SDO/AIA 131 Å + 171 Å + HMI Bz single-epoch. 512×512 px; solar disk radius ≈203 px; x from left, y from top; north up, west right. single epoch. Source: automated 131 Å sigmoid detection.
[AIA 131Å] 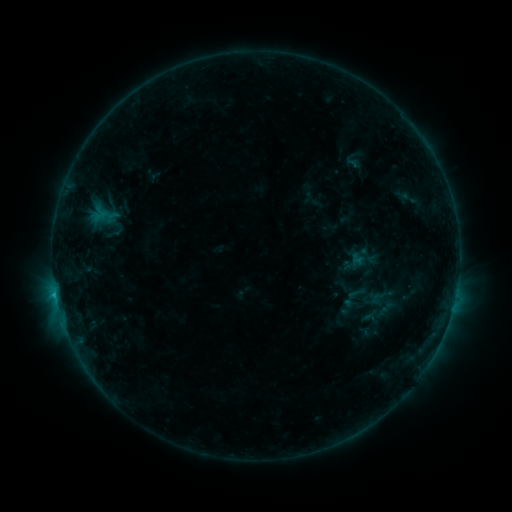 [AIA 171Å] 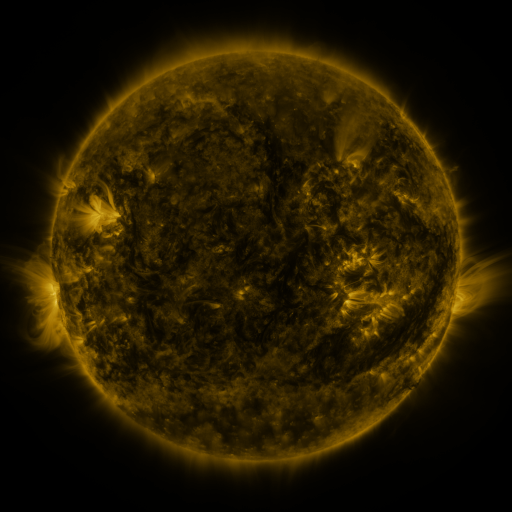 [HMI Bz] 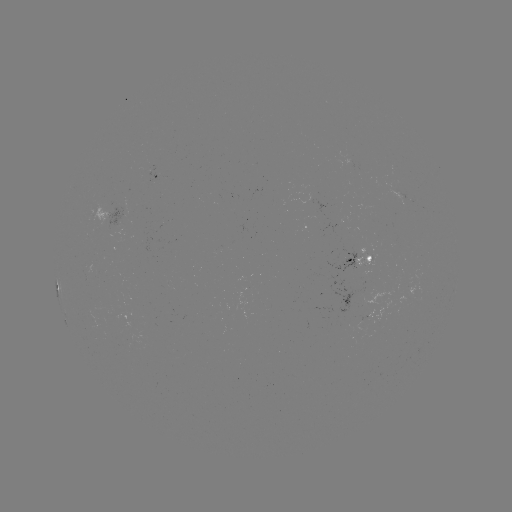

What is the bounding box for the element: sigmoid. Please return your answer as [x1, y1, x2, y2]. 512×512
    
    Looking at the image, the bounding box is [346, 283, 366, 304].